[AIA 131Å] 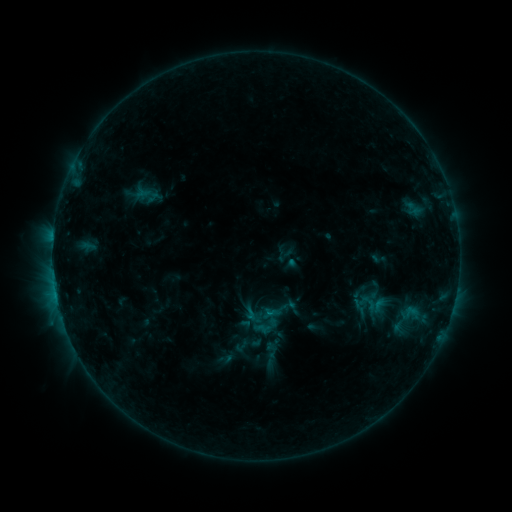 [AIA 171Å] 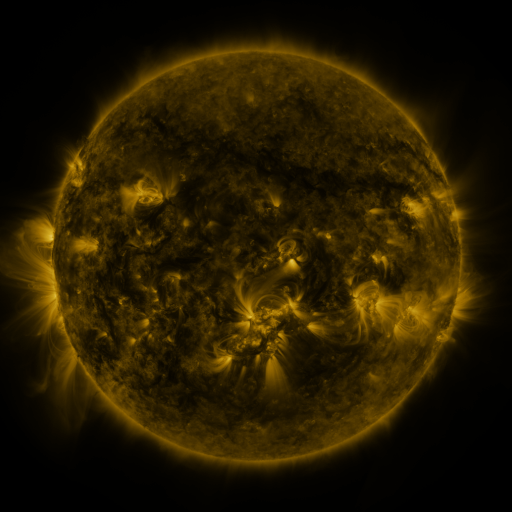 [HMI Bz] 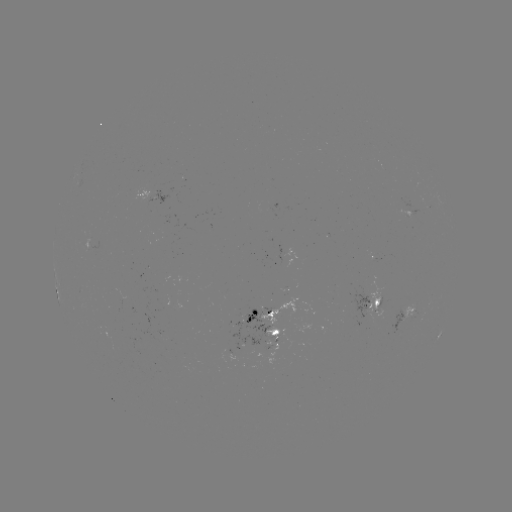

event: sigmoid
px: (406, 319)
